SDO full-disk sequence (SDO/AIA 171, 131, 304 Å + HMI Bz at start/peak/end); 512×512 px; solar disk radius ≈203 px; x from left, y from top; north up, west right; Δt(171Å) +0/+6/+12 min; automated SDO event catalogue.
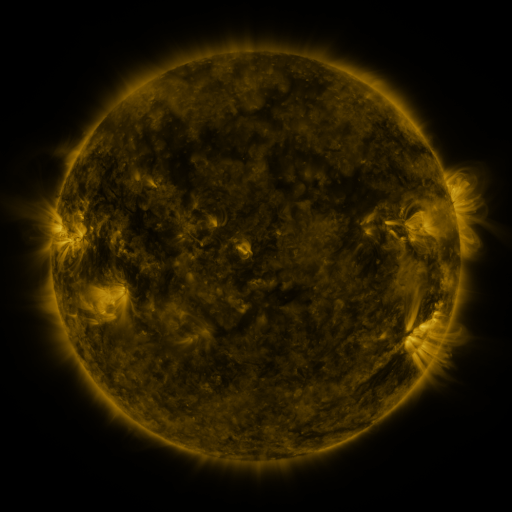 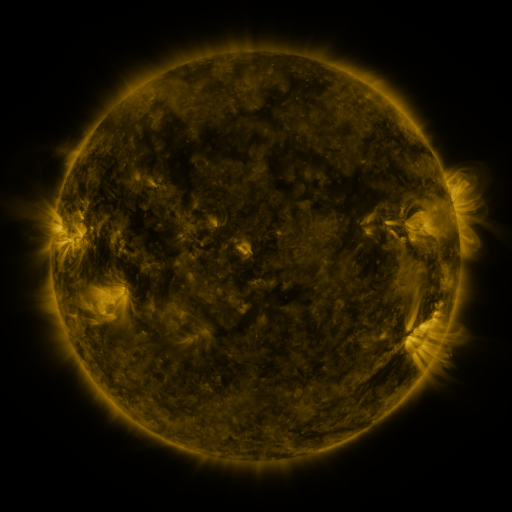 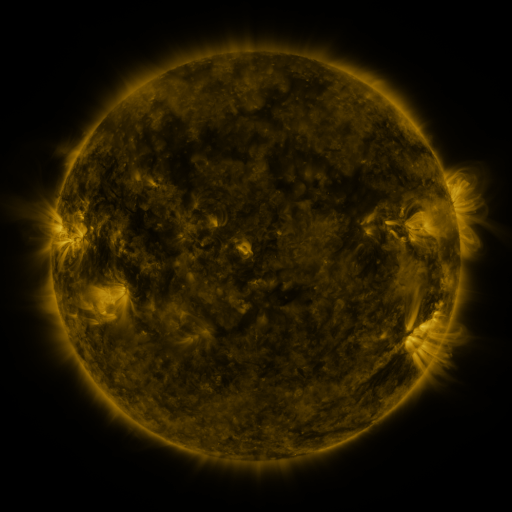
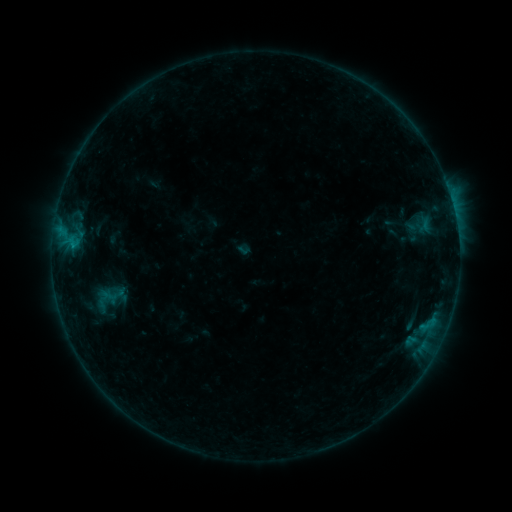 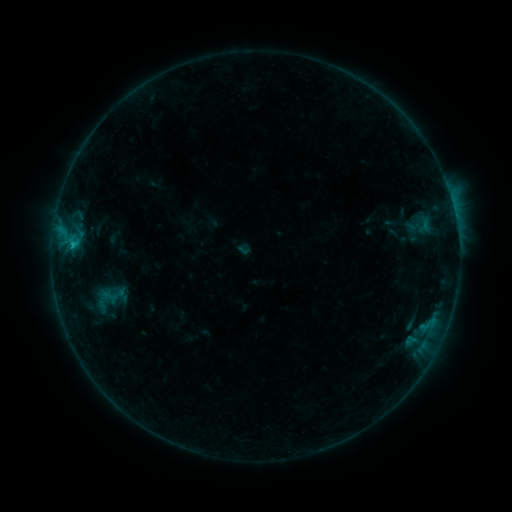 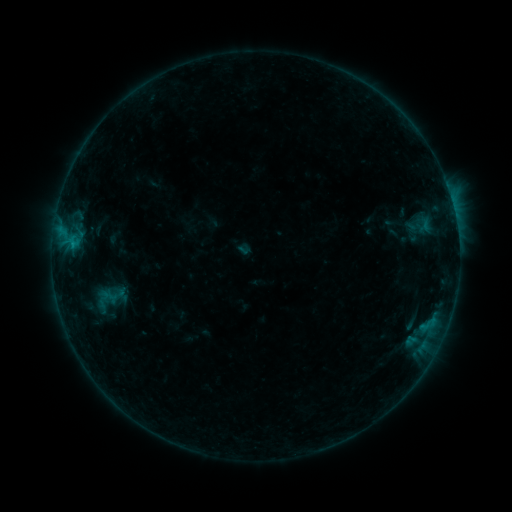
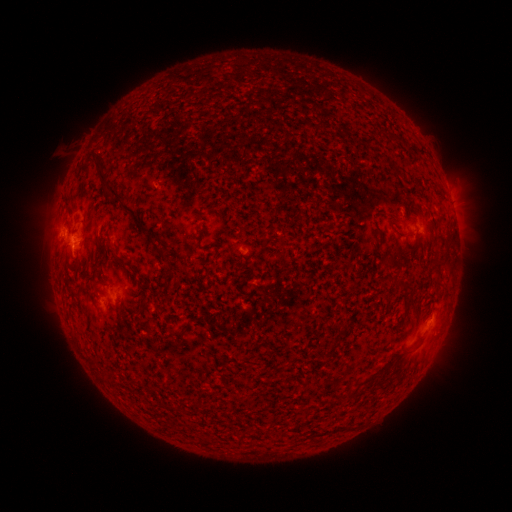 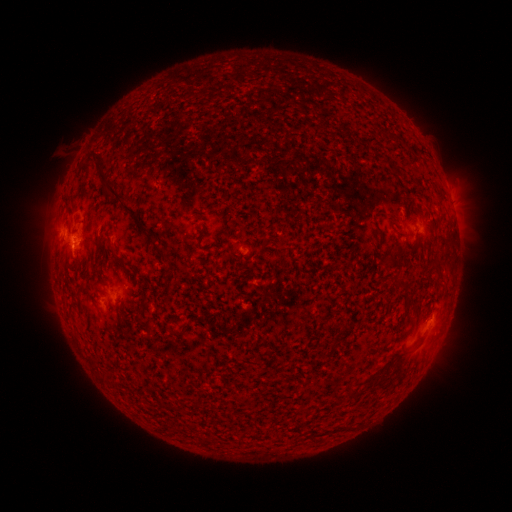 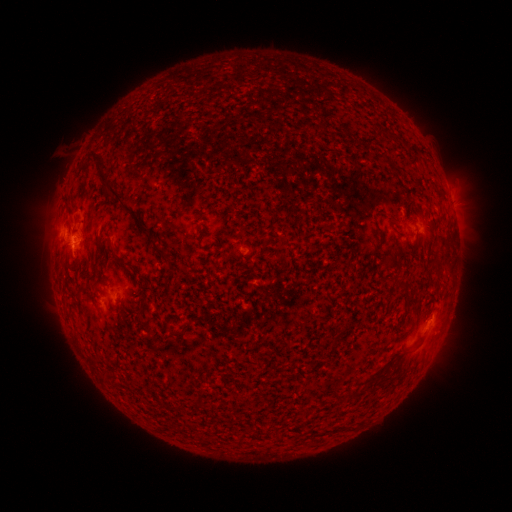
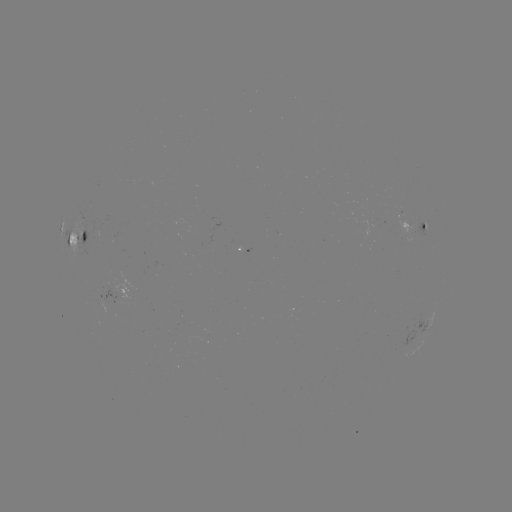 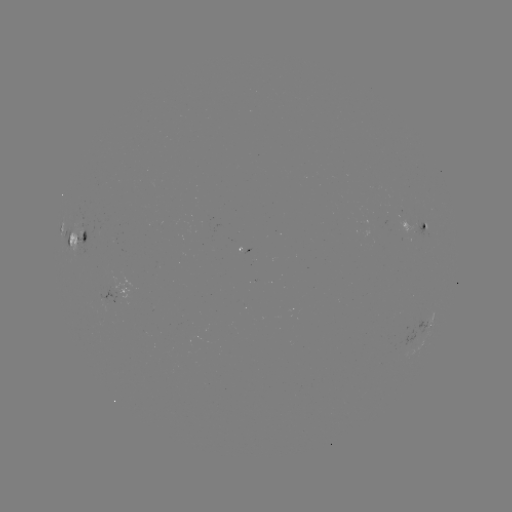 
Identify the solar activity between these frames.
B6.1 flare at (73, 249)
